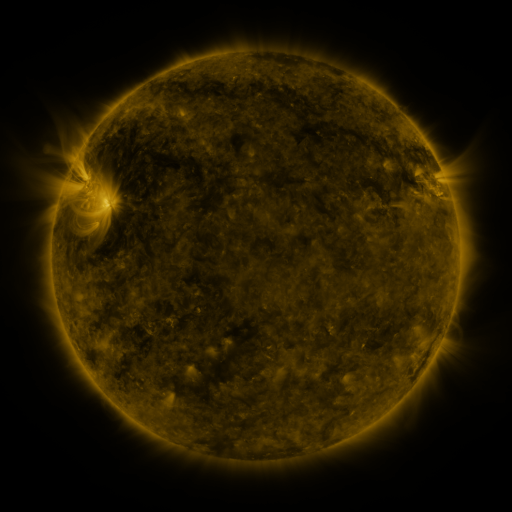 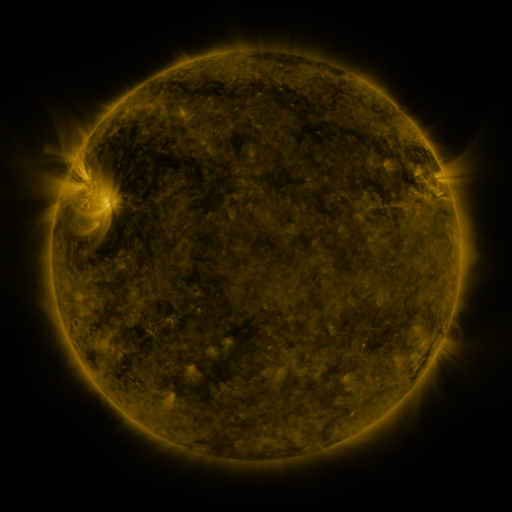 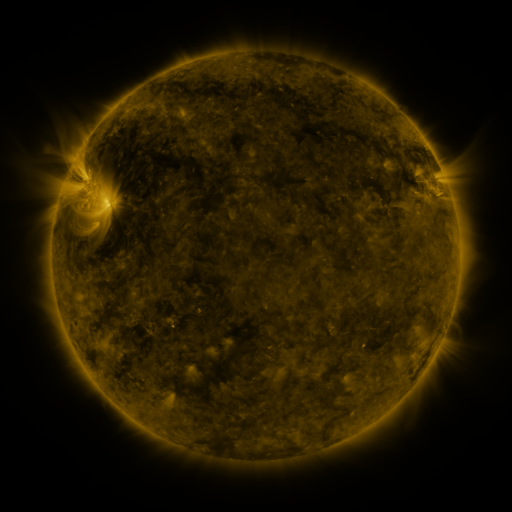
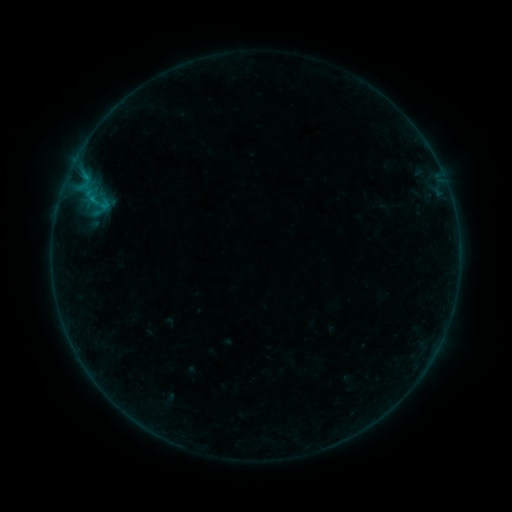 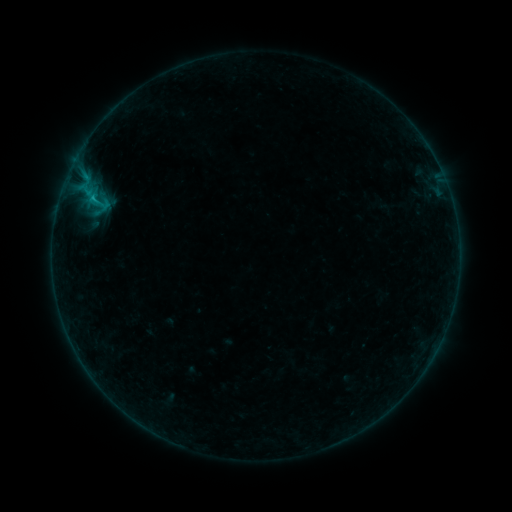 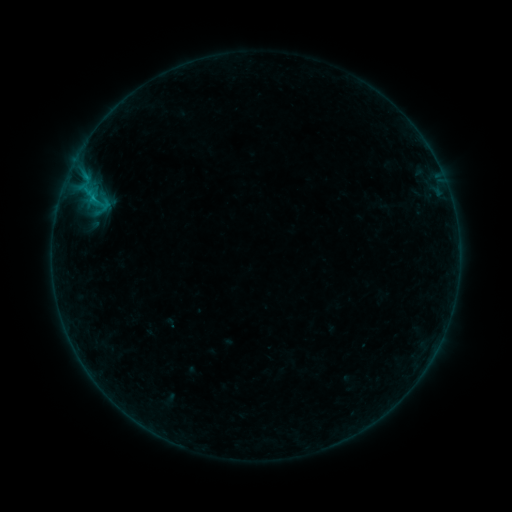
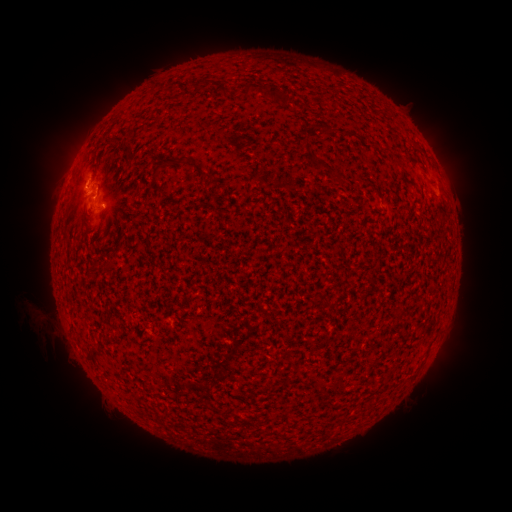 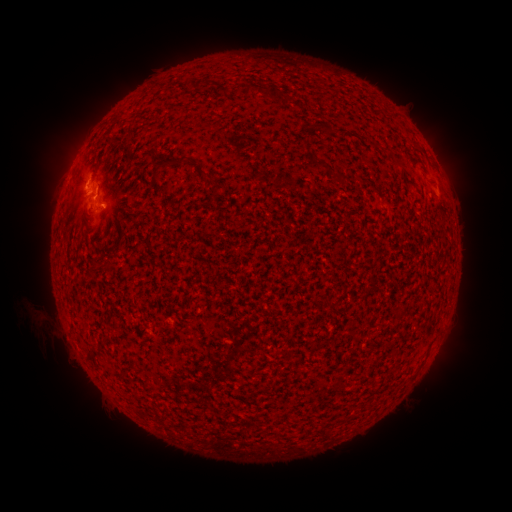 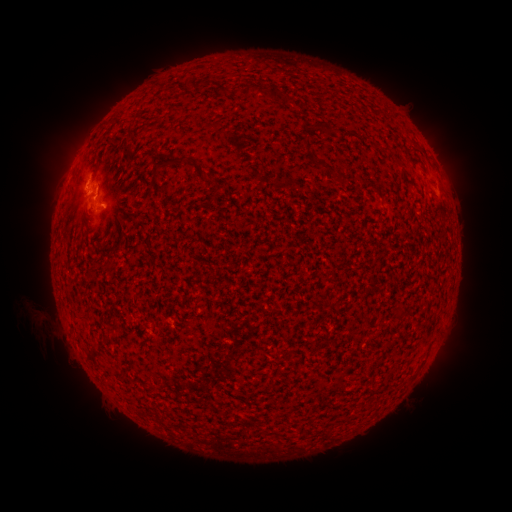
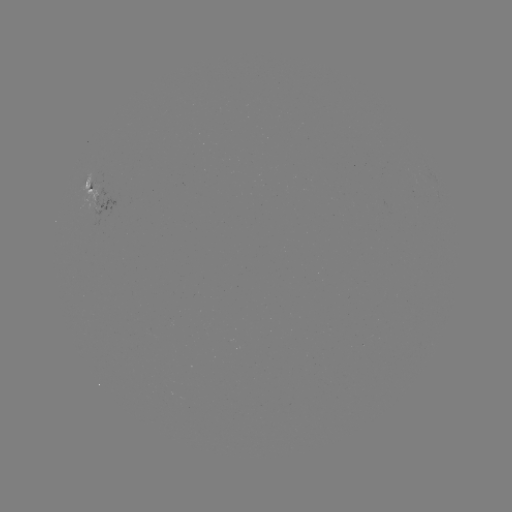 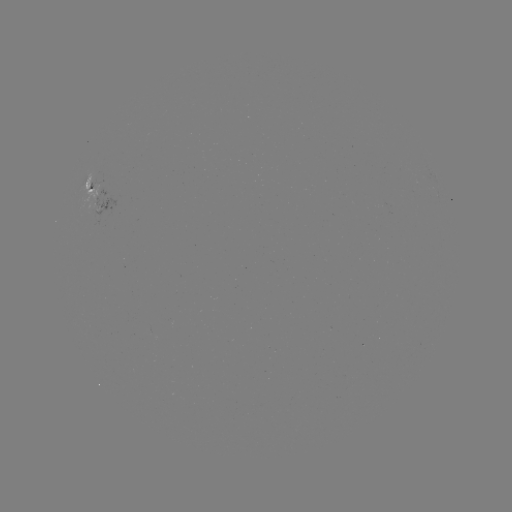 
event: flare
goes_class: B7.2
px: (83, 188)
